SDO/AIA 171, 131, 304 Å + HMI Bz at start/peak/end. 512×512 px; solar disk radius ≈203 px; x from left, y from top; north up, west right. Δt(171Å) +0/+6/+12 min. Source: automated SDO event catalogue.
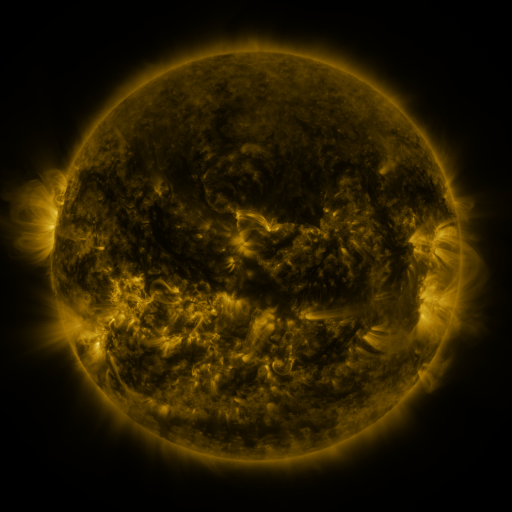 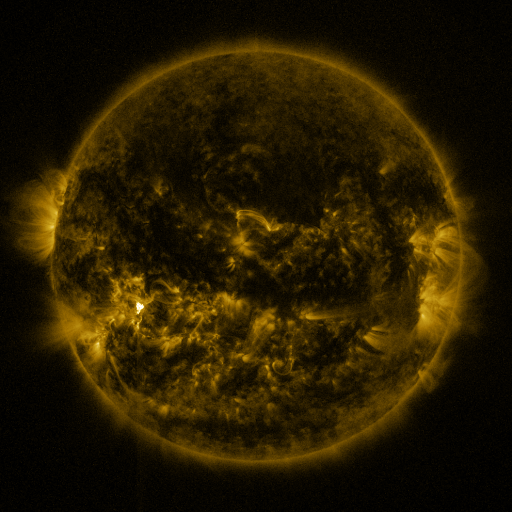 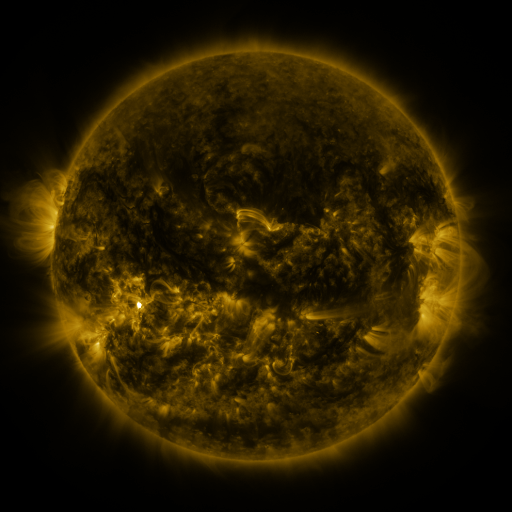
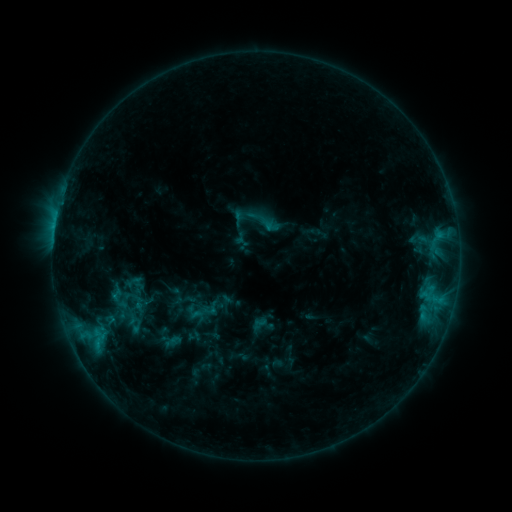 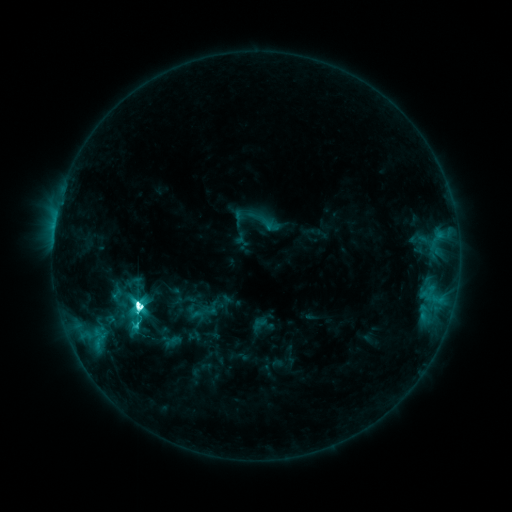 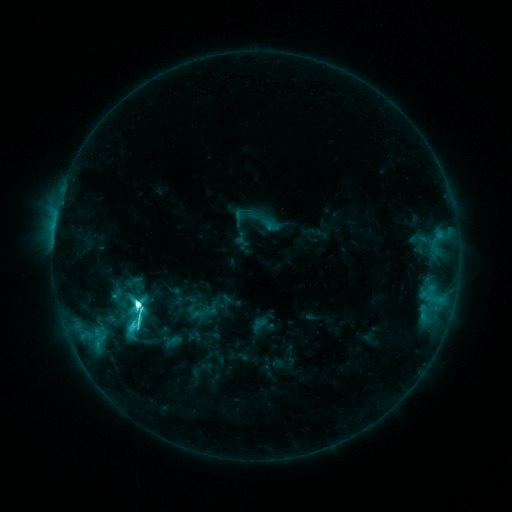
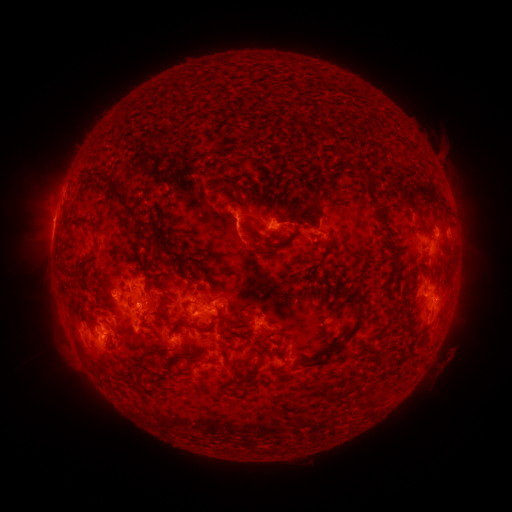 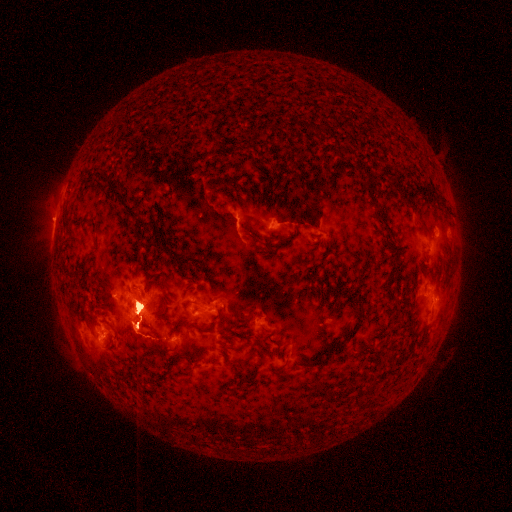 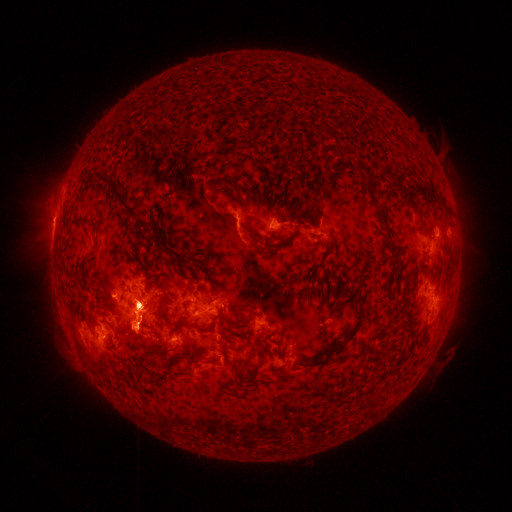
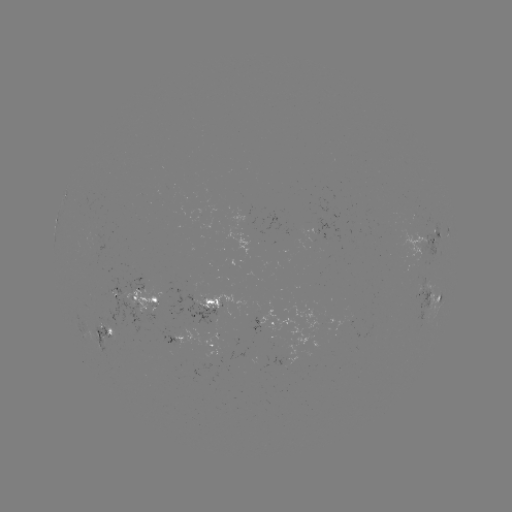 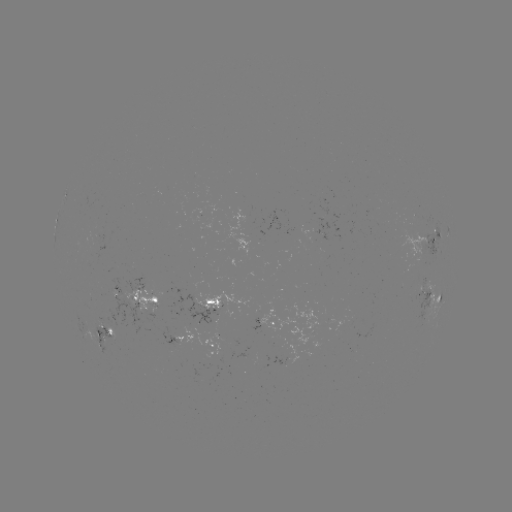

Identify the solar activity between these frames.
M2.0 flare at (140, 304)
